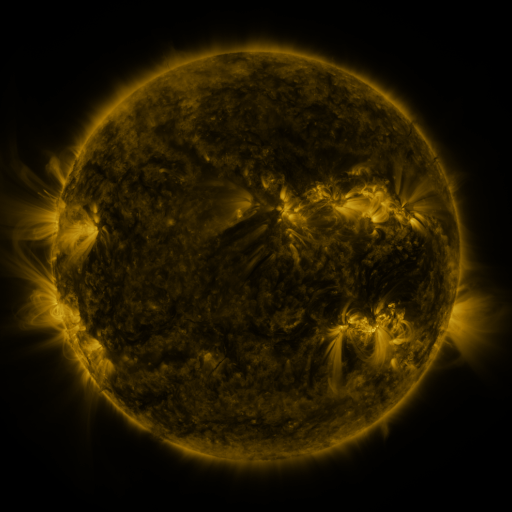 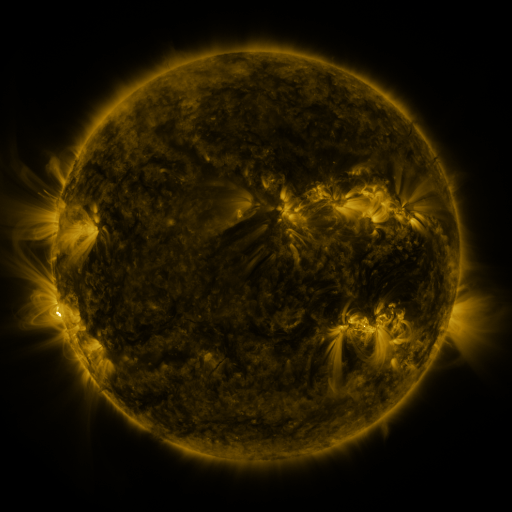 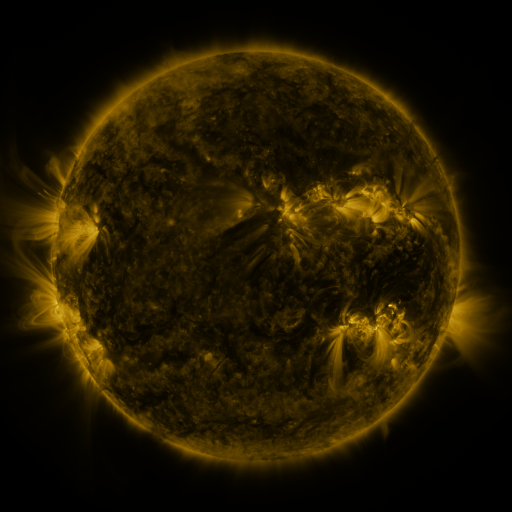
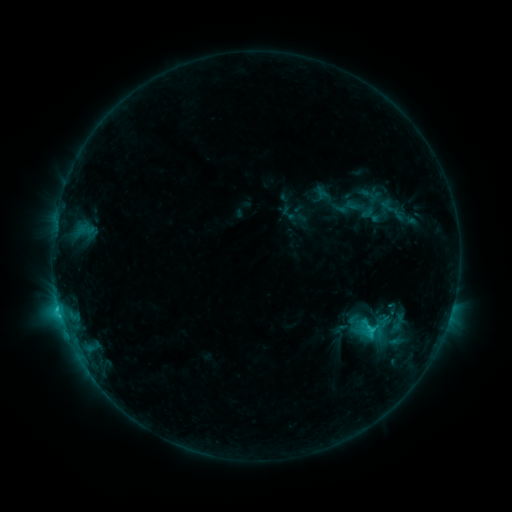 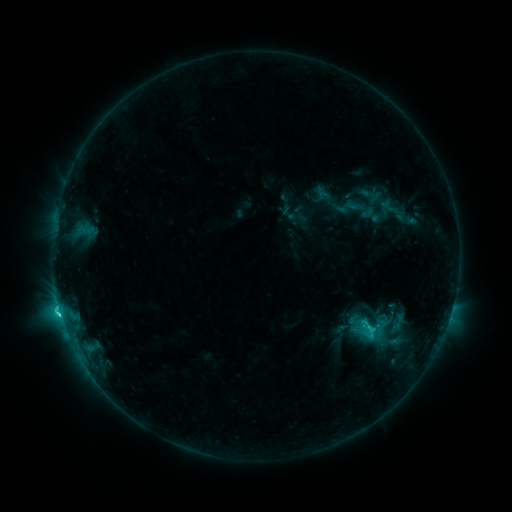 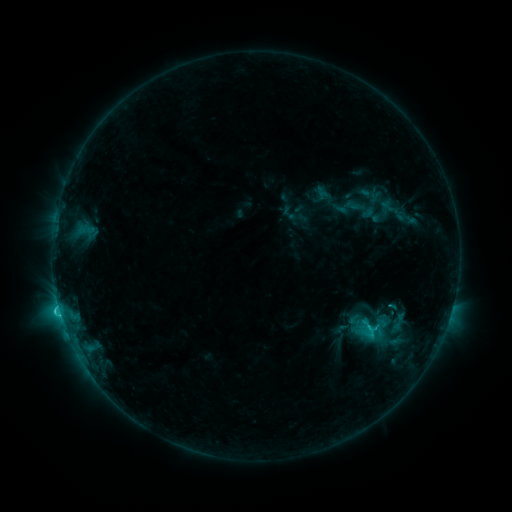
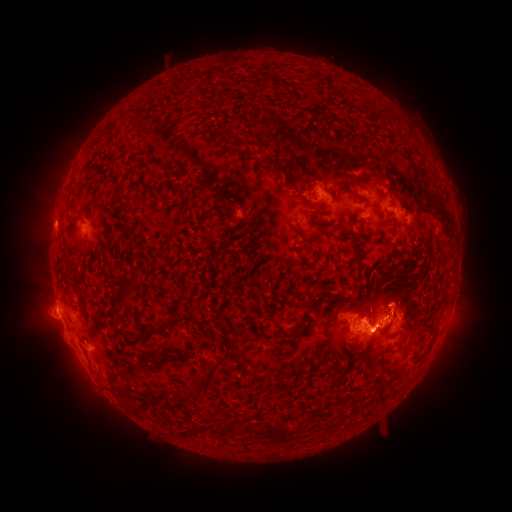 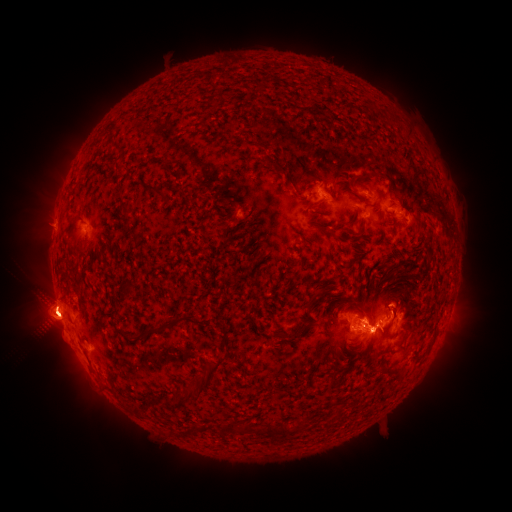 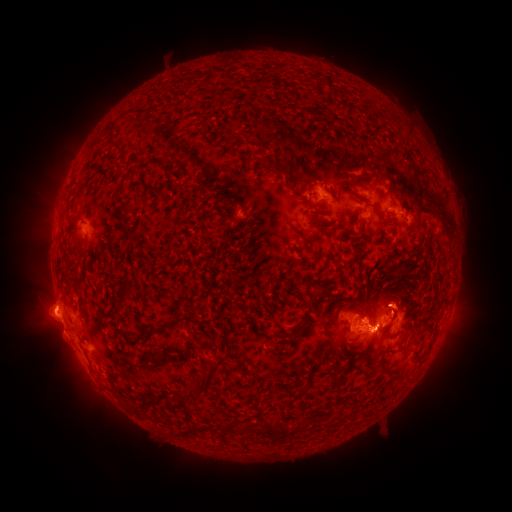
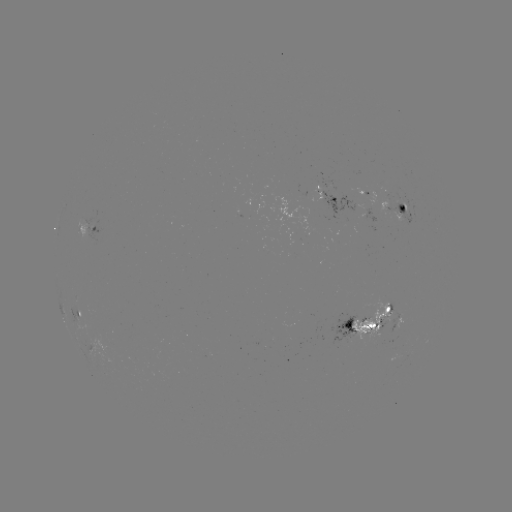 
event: eruption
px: (45, 310)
